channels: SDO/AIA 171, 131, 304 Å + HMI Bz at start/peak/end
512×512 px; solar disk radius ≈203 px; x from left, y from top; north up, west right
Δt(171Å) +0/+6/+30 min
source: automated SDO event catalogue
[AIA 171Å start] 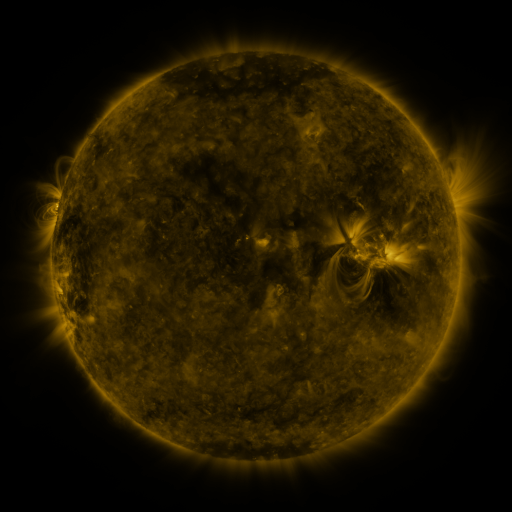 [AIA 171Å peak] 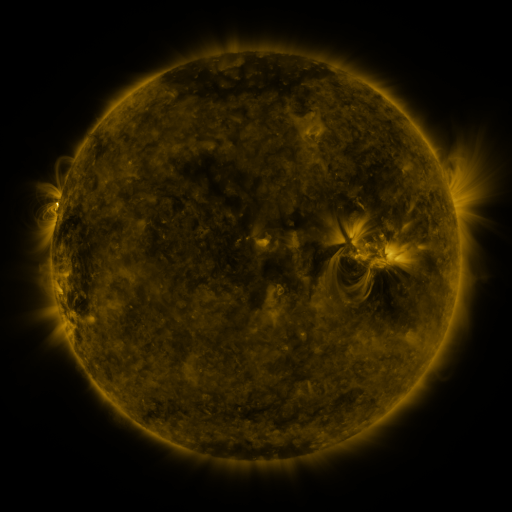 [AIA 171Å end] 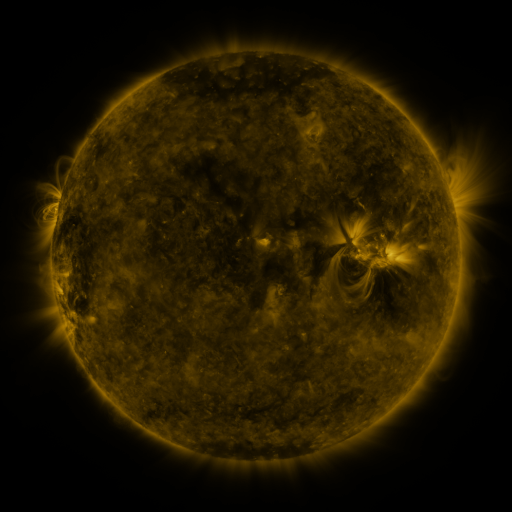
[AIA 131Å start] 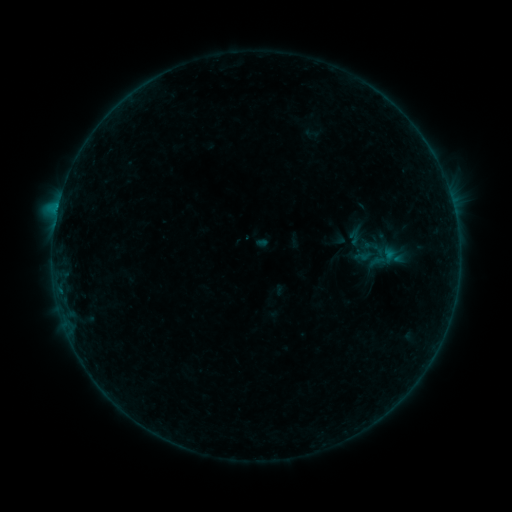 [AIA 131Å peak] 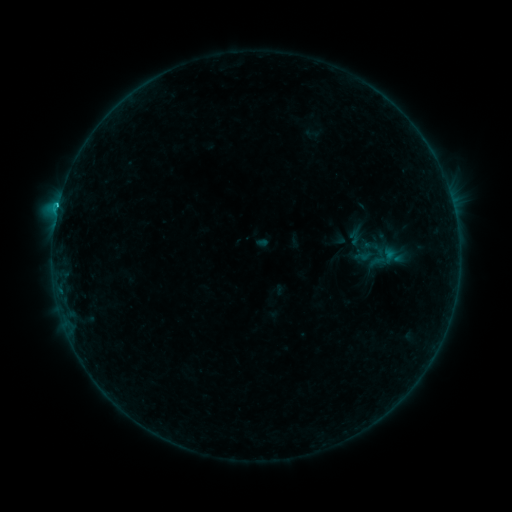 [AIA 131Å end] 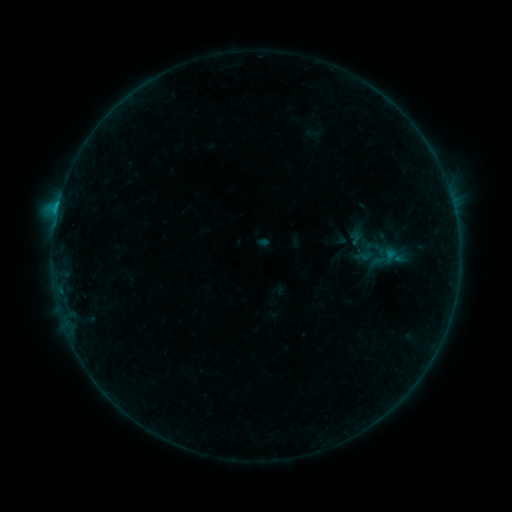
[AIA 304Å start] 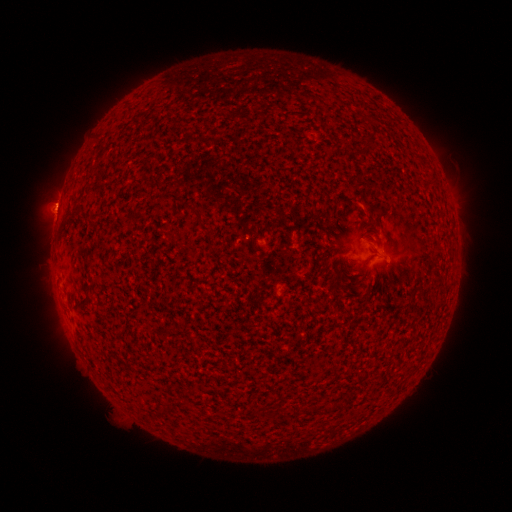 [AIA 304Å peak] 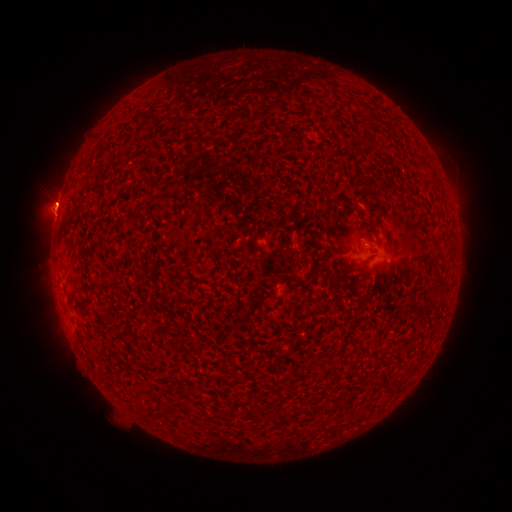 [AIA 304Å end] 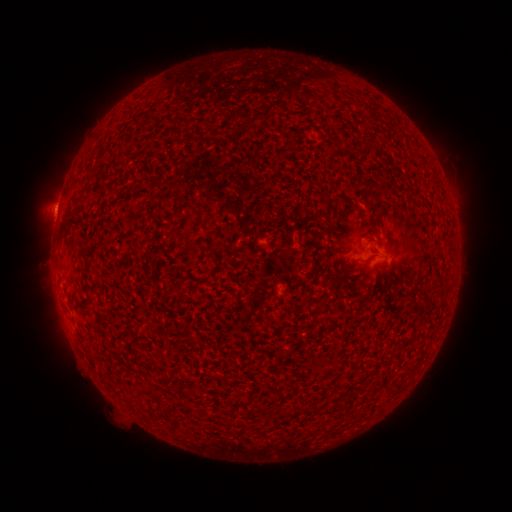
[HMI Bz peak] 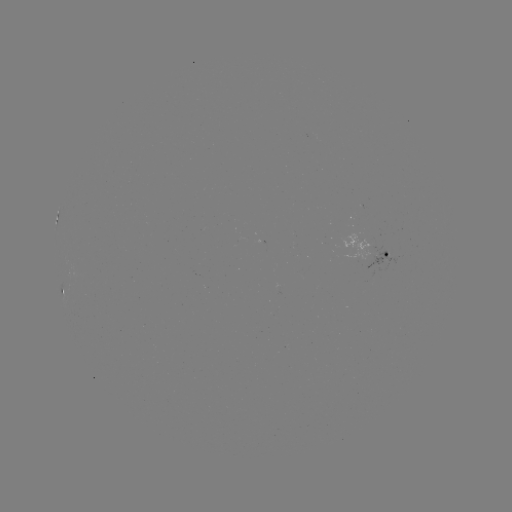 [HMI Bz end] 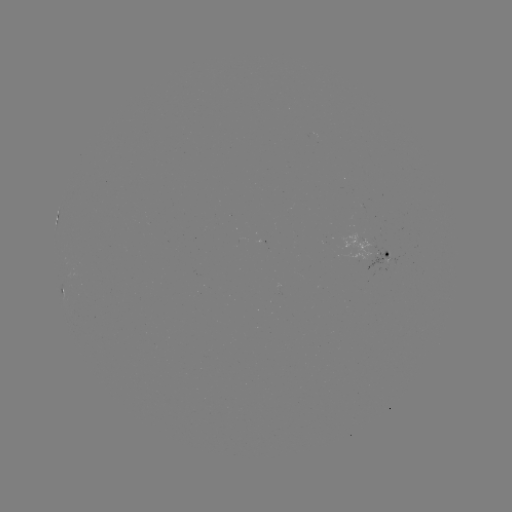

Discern B9.0 flare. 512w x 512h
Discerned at (58, 208).